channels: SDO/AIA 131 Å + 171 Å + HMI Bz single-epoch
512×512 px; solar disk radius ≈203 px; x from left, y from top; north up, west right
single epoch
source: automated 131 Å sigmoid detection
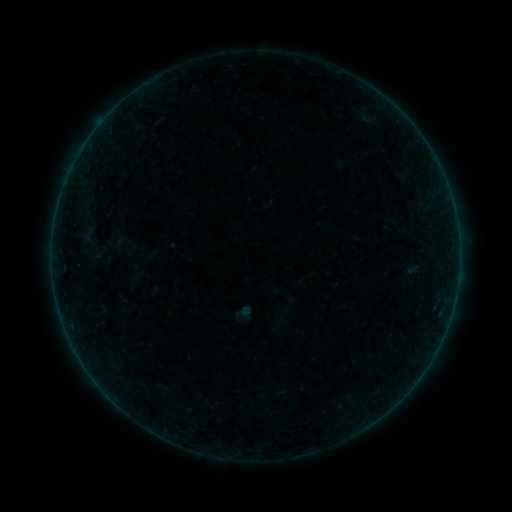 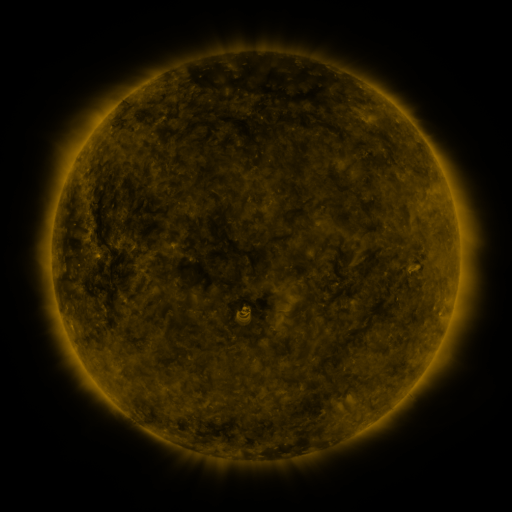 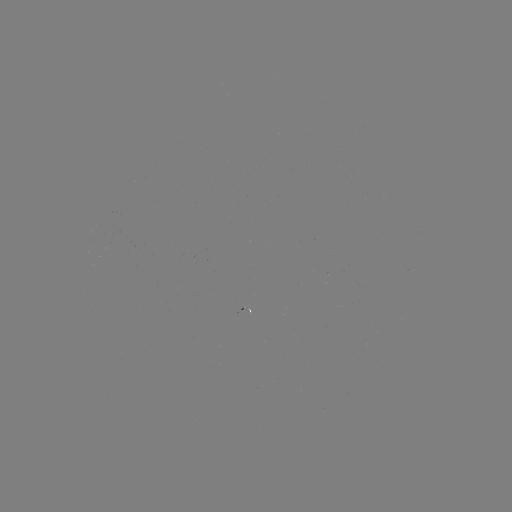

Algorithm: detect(sigmoid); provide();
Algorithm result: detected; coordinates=(244, 312)